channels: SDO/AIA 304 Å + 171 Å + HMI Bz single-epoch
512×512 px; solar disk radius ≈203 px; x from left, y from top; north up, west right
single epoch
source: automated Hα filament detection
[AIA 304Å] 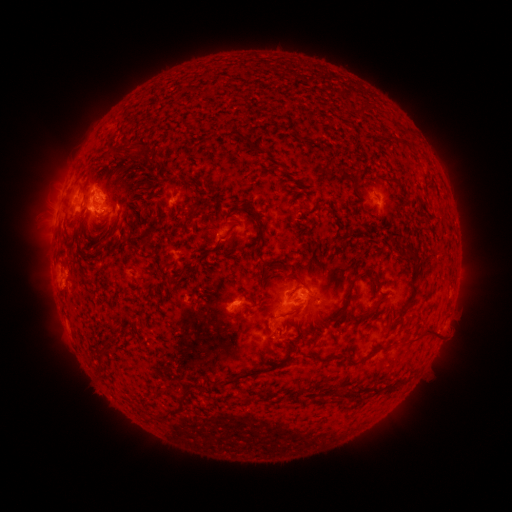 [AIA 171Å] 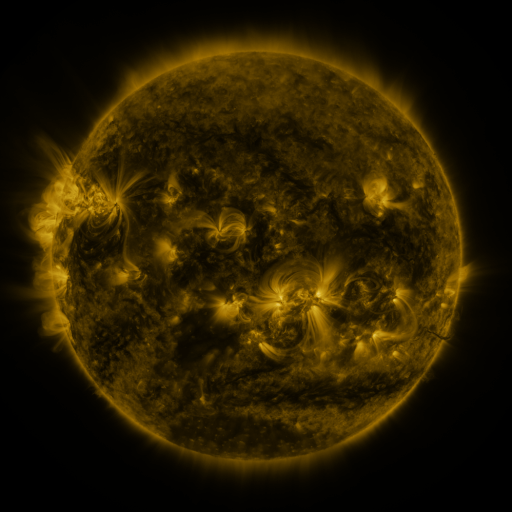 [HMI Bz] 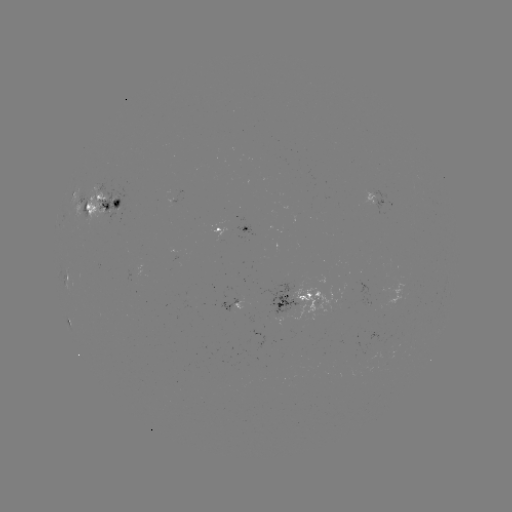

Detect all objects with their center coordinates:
filament: <bbox>223, 130, 248, 144</bbox>
filament: <bbox>398, 136, 411, 146</bbox>
filament: <bbox>96, 141, 145, 166</bbox>
filament: <bbox>84, 165, 96, 187</bbox>
filament: <bbox>245, 203, 263, 233</bbox>
filament: <bbox>78, 204, 90, 232</bbox>
filament: <bbox>224, 223, 236, 237</bbox>
filament: <bbox>139, 233, 147, 246</bbox>
filament: <bbox>389, 237, 398, 246</bbox>
filament: <bbox>404, 244, 418, 266</bbox>
filament: <bbox>344, 275, 357, 306</bbox>
filament: <bbox>298, 279, 308, 288</bbox>
filament: <bbox>399, 303, 407, 316</bbox>
filament: <bbox>267, 319, 278, 337</bbox>
filament: <bbox>407, 324, 439, 341</bbox>
filament: <bbox>223, 342, 295, 386</bbox>
filament: <bbox>347, 353, 370, 364</bbox>
filament: <bbox>157, 412, 173, 421</bbox>
